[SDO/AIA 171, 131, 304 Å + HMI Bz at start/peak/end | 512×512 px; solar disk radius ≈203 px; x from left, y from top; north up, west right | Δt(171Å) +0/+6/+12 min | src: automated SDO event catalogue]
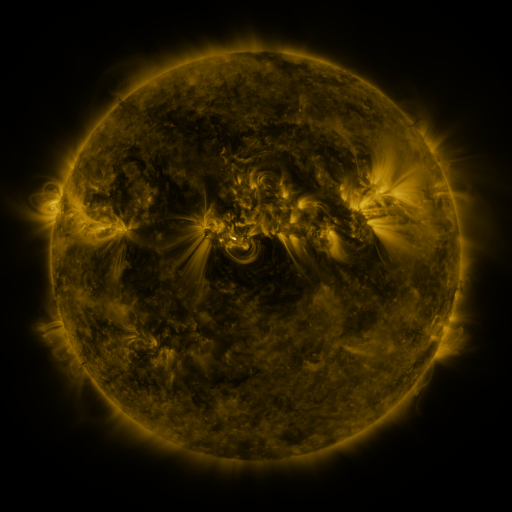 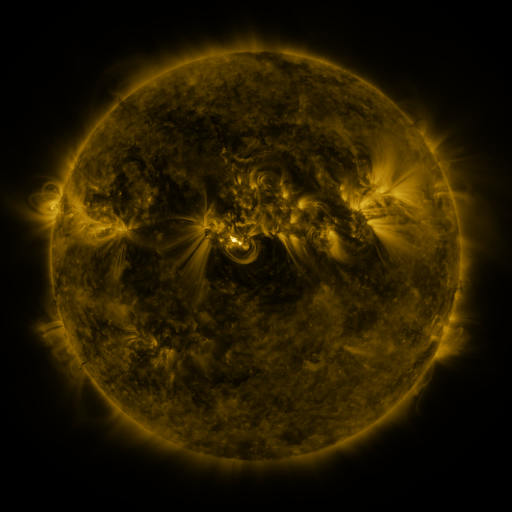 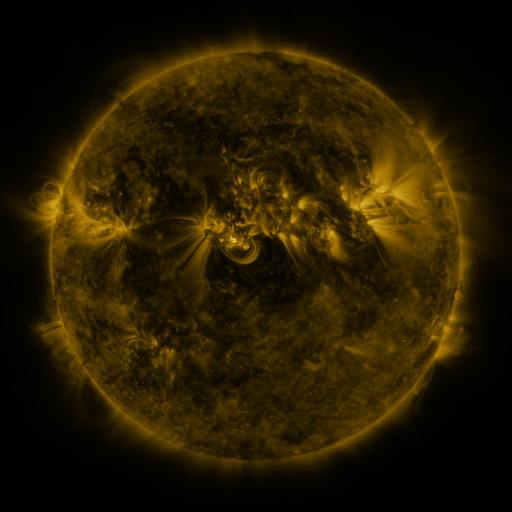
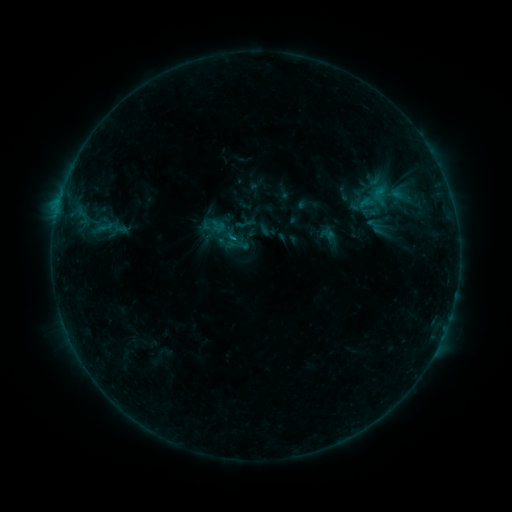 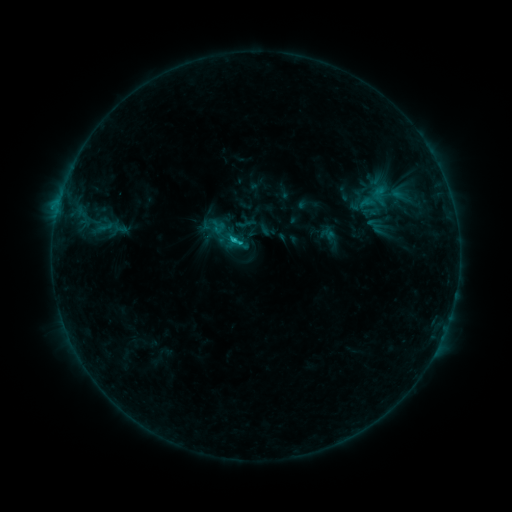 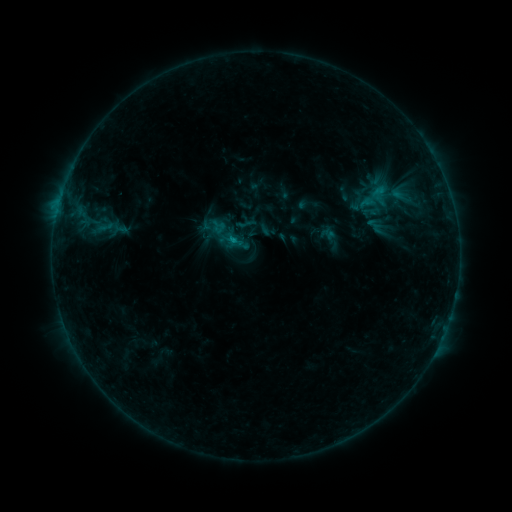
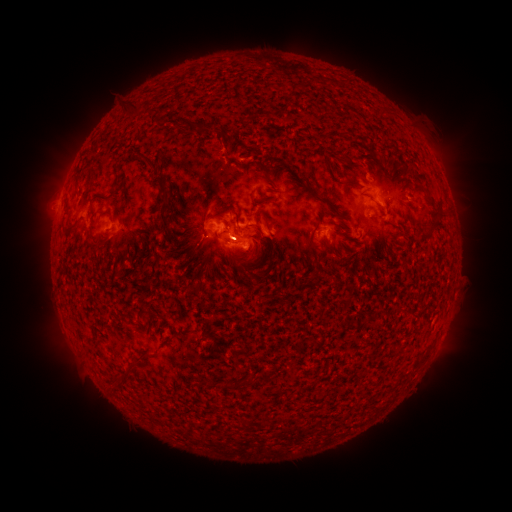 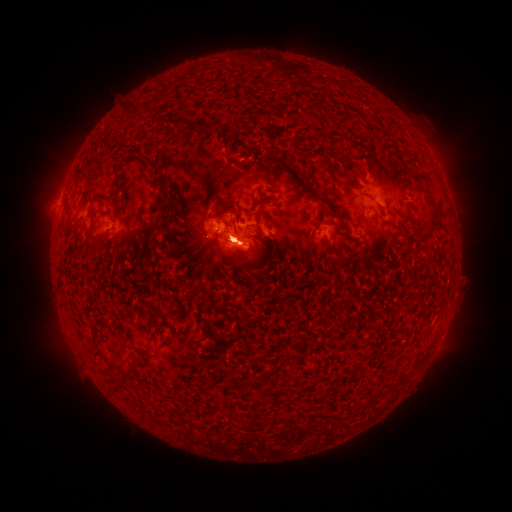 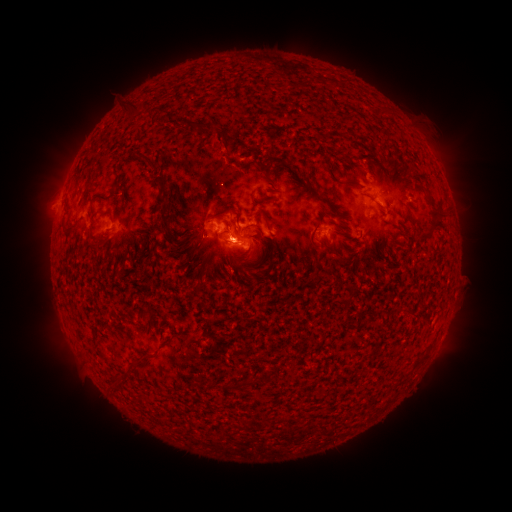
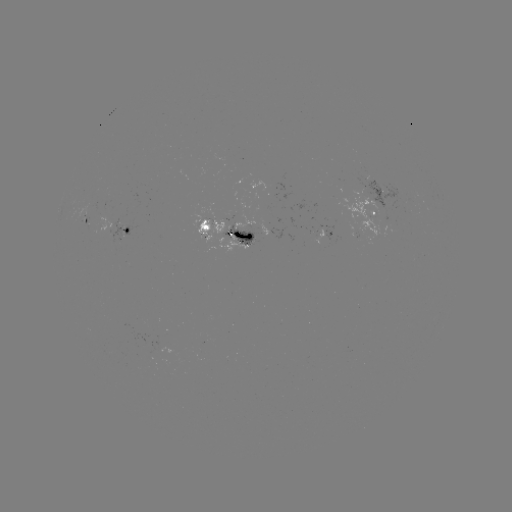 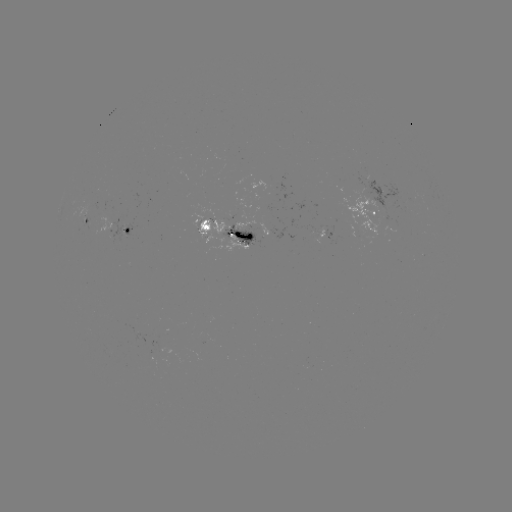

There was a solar flare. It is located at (241, 244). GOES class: B9.5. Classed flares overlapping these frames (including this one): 2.